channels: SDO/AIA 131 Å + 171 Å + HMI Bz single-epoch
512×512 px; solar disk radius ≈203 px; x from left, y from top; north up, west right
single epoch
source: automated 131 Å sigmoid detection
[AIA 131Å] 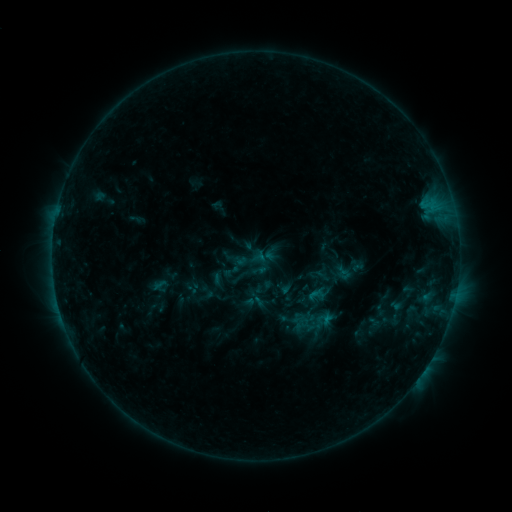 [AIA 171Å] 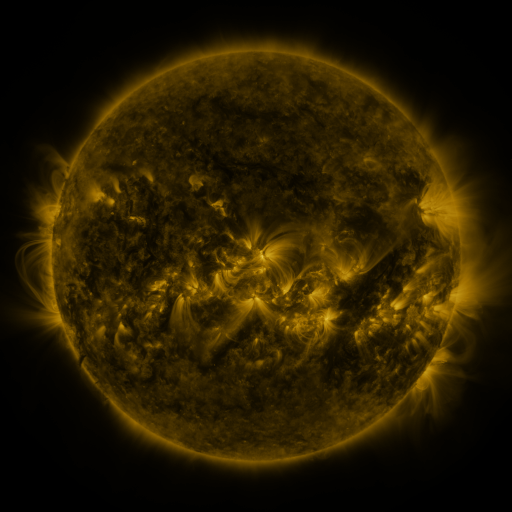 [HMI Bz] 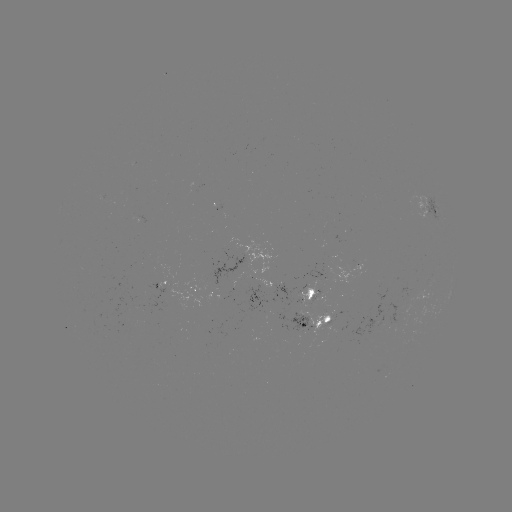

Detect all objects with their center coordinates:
sigmoid: [235, 243, 267, 274]
sigmoid: [223, 262, 241, 280]
sigmoid: [307, 285, 326, 305]
